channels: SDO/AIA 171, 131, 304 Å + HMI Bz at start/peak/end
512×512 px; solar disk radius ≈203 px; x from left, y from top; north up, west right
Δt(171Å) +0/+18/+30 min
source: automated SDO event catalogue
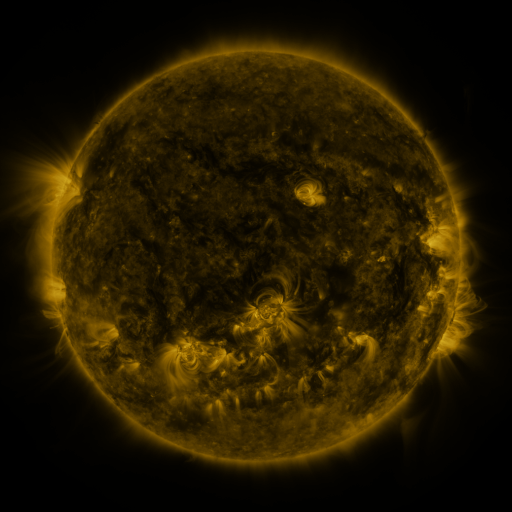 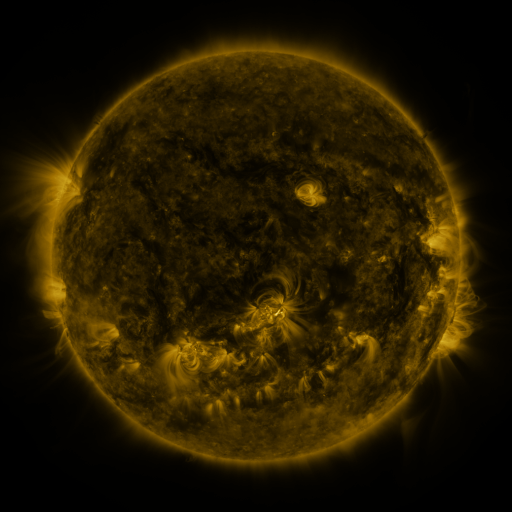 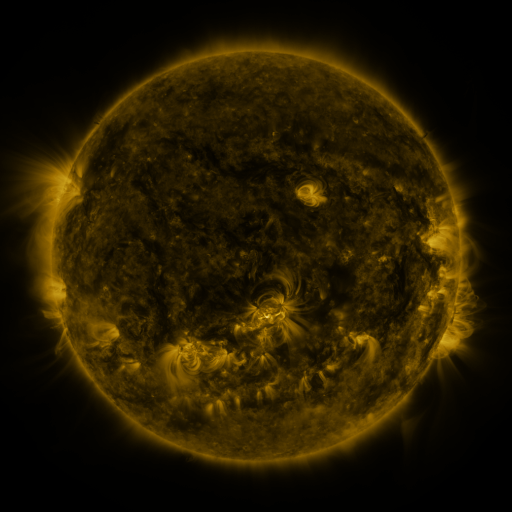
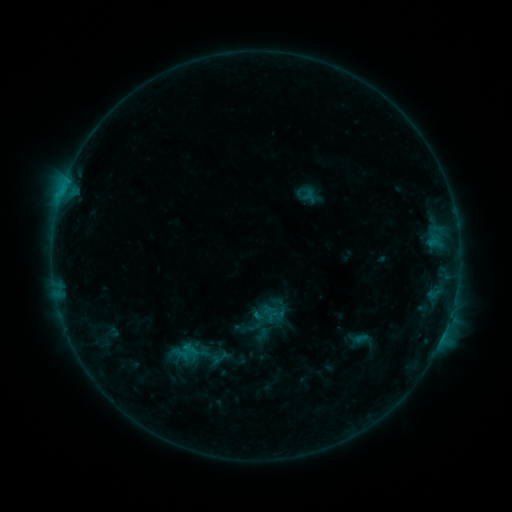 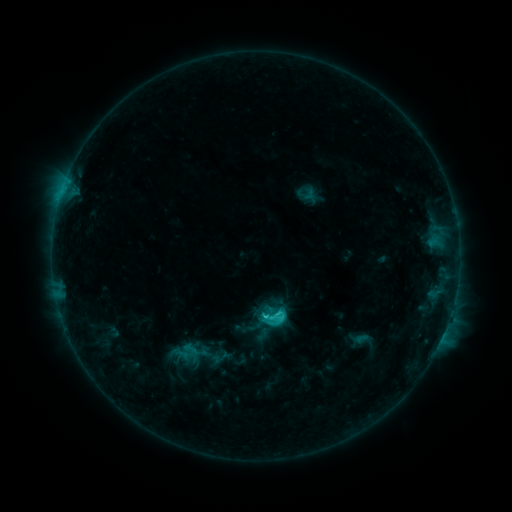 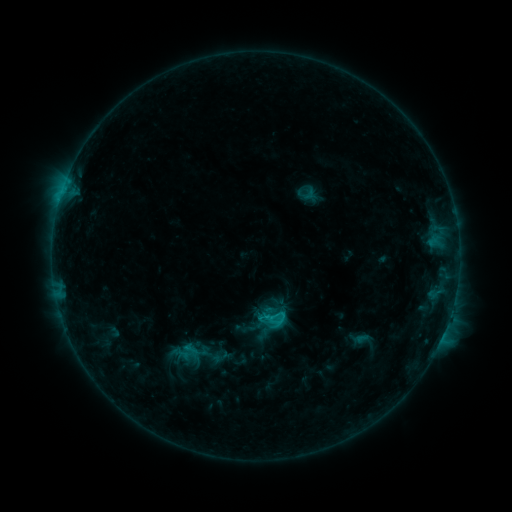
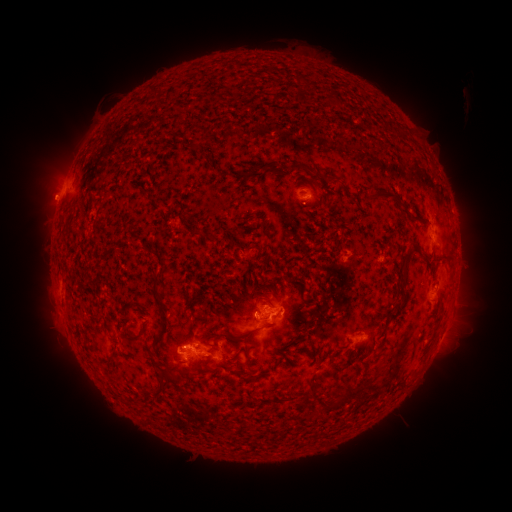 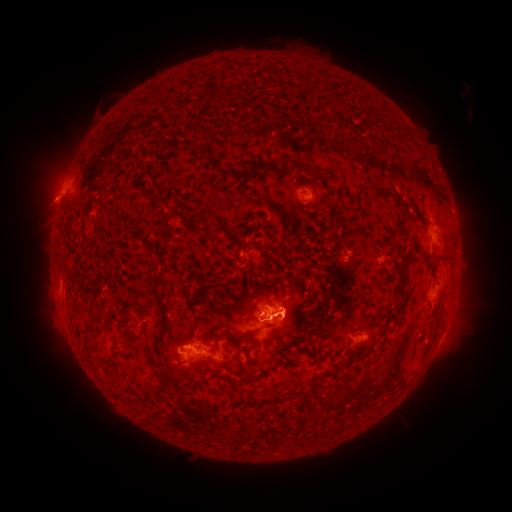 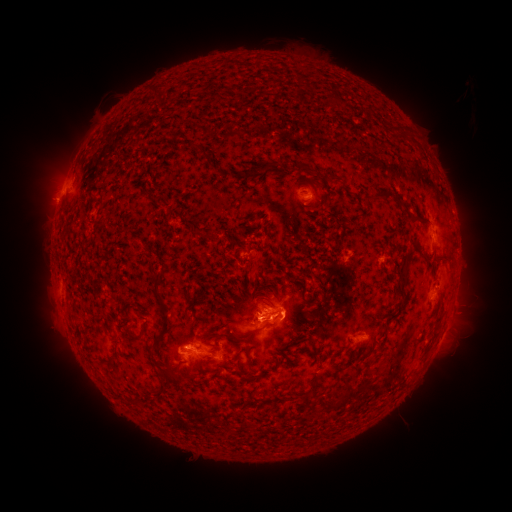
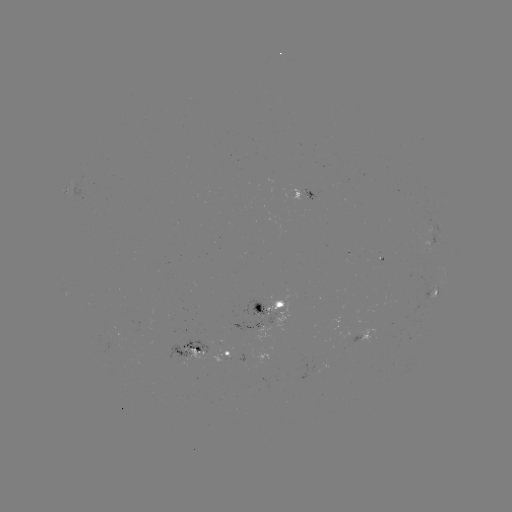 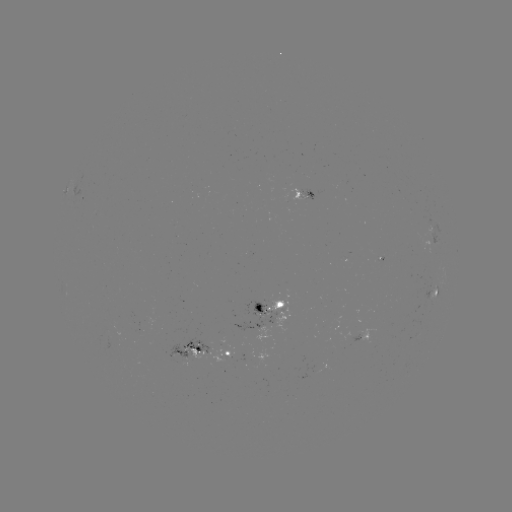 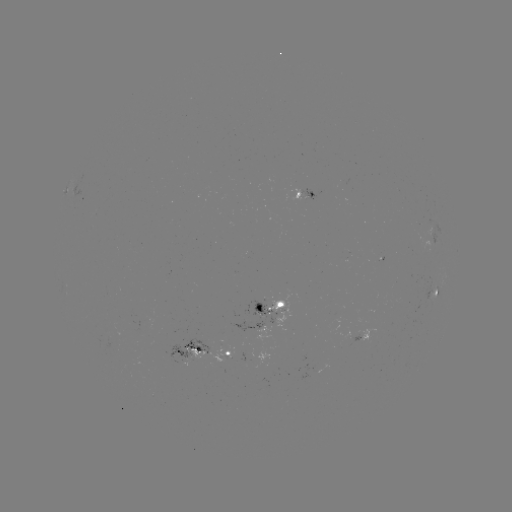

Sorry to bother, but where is C2.9 flare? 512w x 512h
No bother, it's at [277, 312].